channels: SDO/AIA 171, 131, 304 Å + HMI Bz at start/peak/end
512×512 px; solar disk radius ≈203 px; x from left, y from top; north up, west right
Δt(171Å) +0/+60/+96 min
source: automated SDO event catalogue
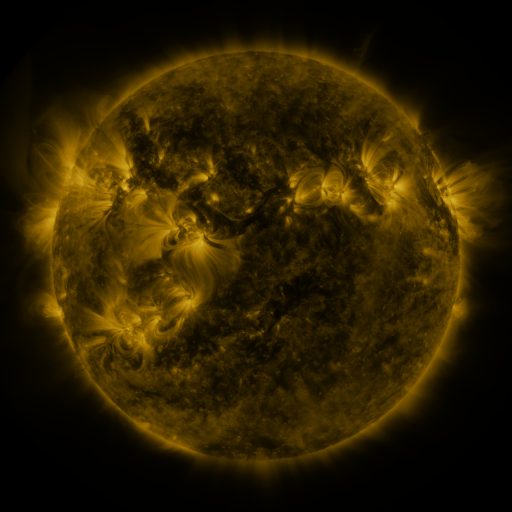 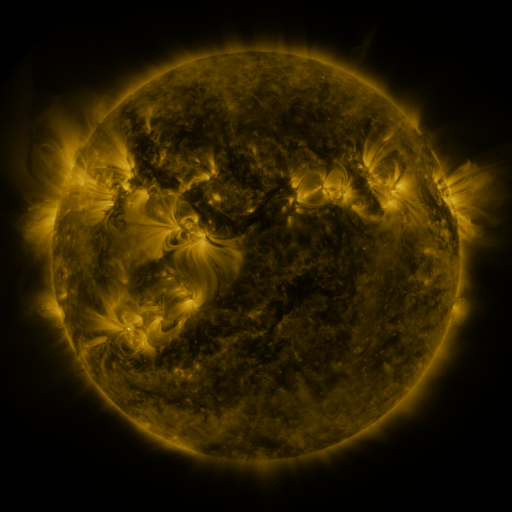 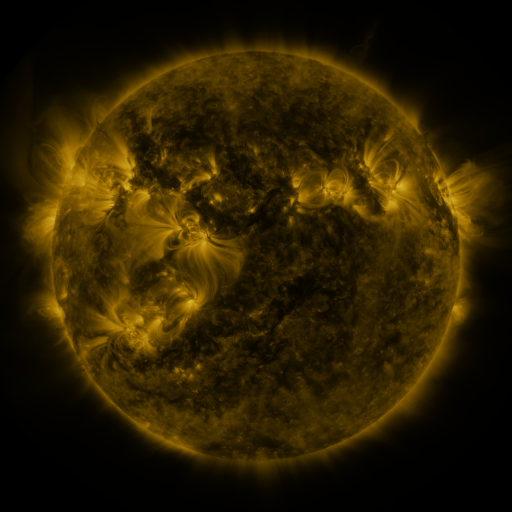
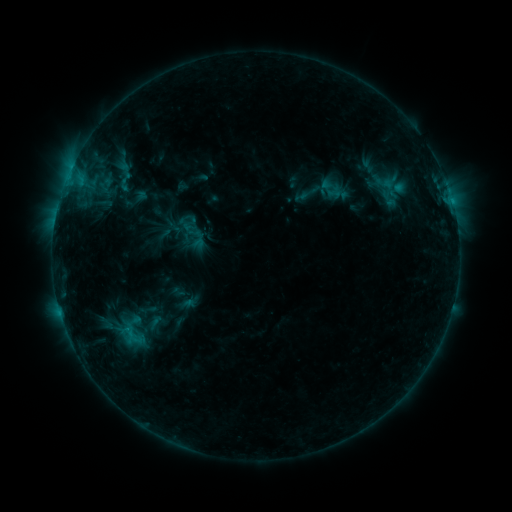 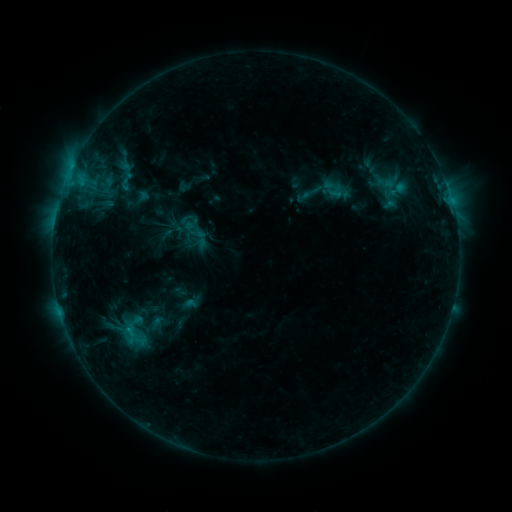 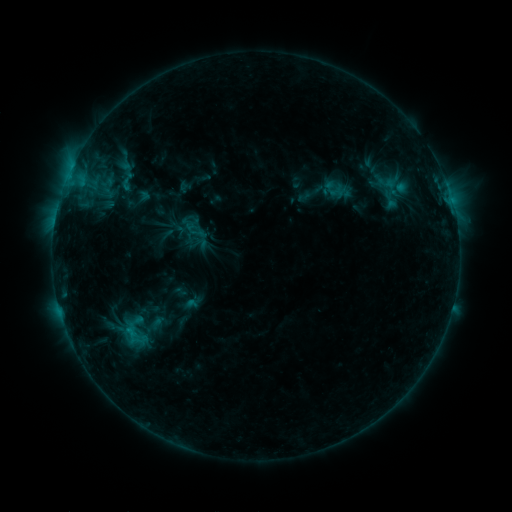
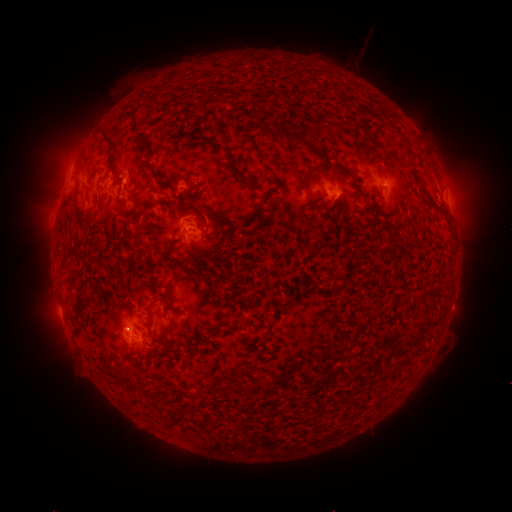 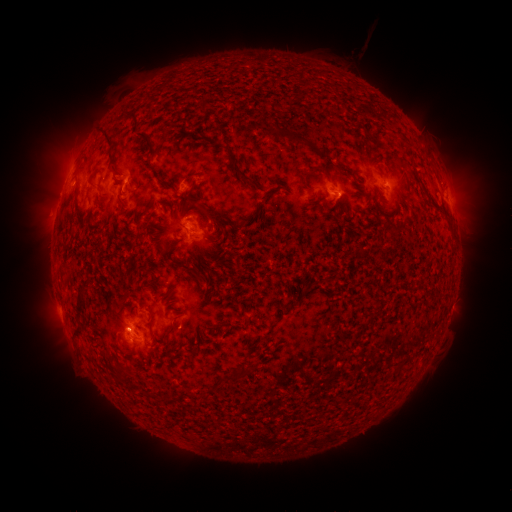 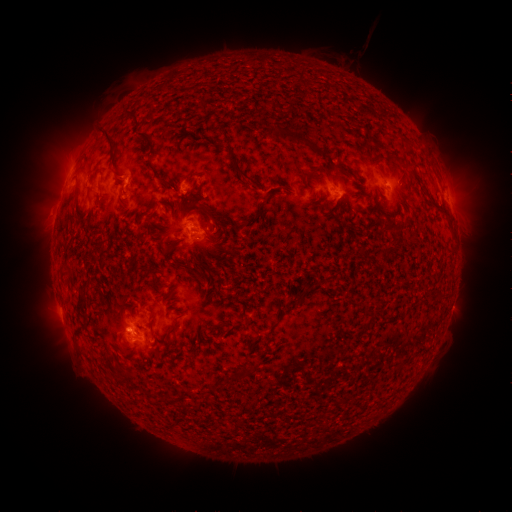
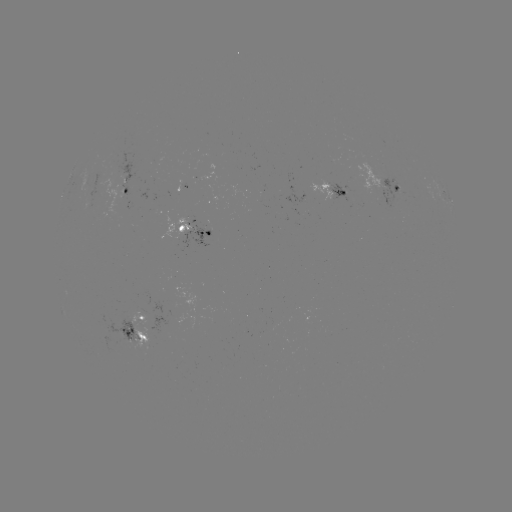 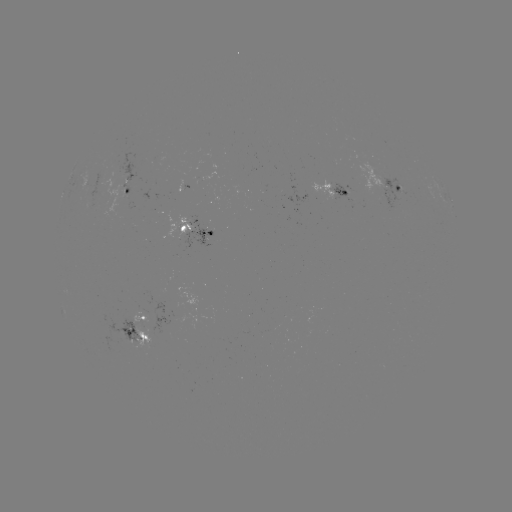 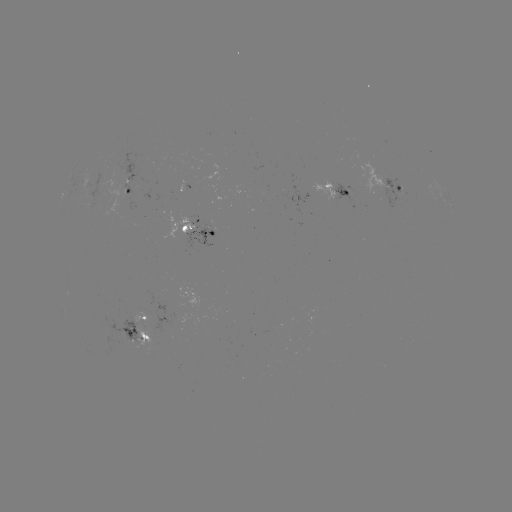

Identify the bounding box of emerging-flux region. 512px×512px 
[328, 183, 358, 203].